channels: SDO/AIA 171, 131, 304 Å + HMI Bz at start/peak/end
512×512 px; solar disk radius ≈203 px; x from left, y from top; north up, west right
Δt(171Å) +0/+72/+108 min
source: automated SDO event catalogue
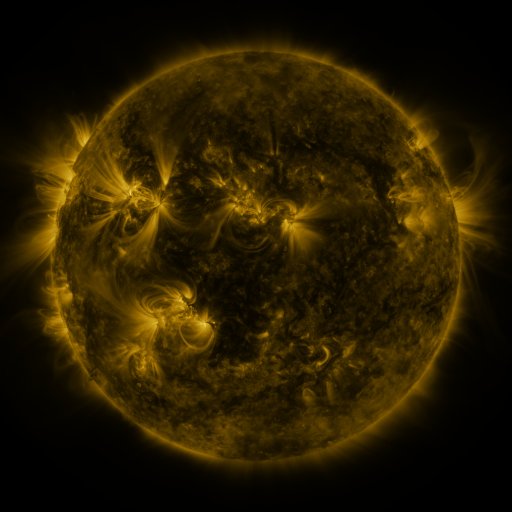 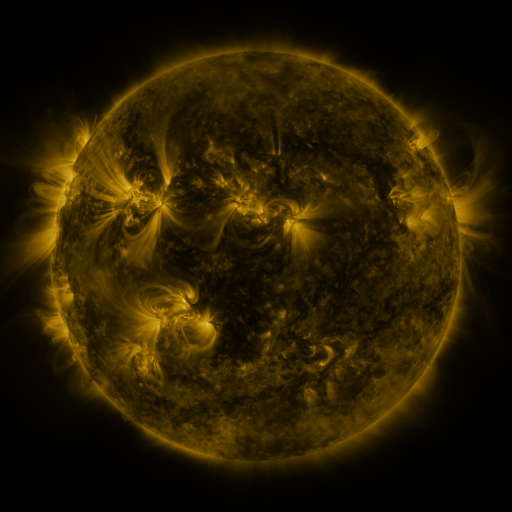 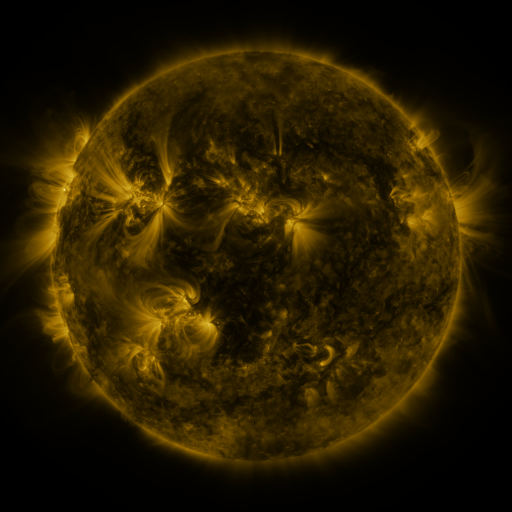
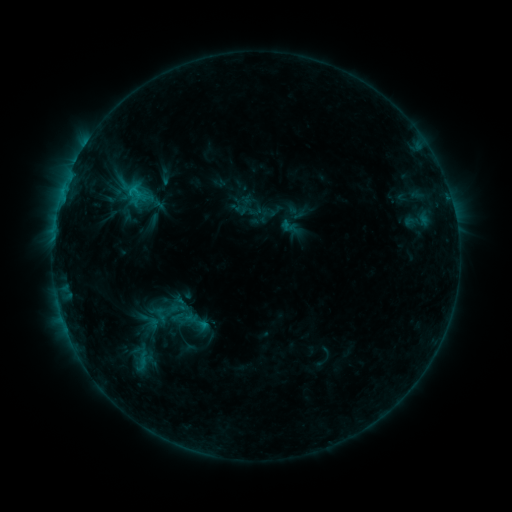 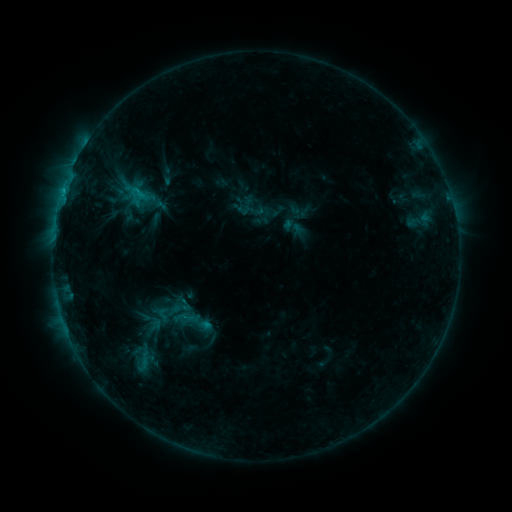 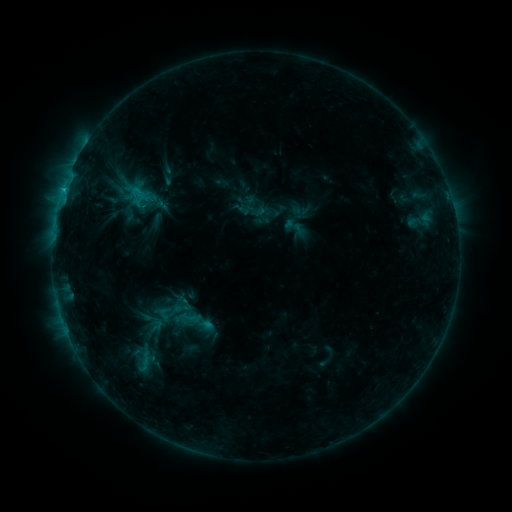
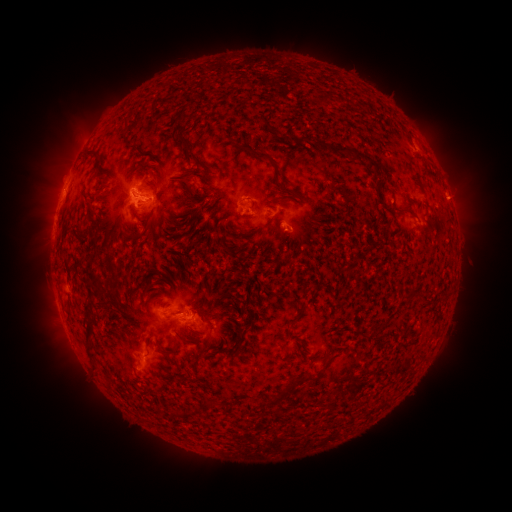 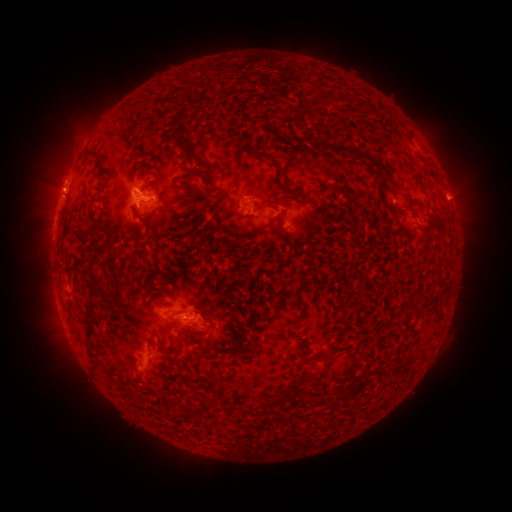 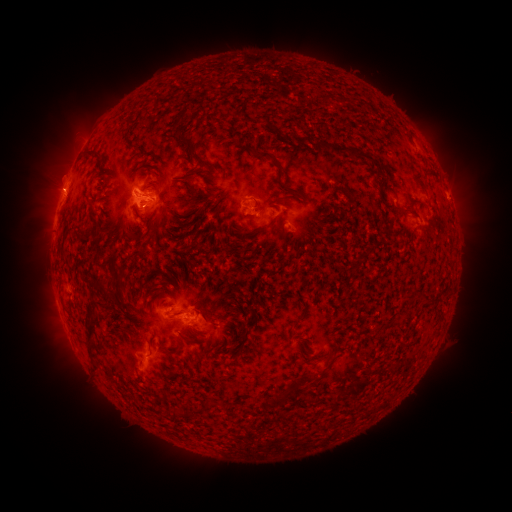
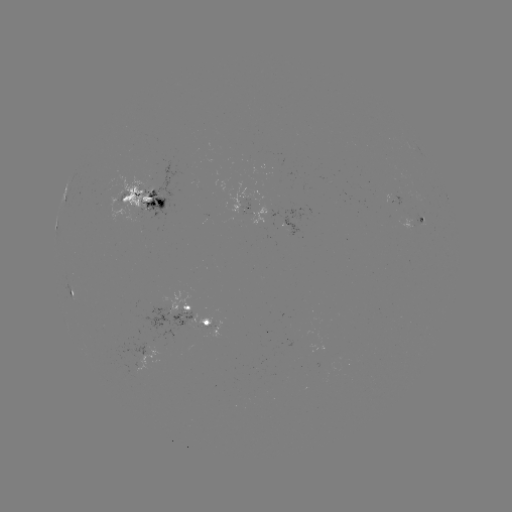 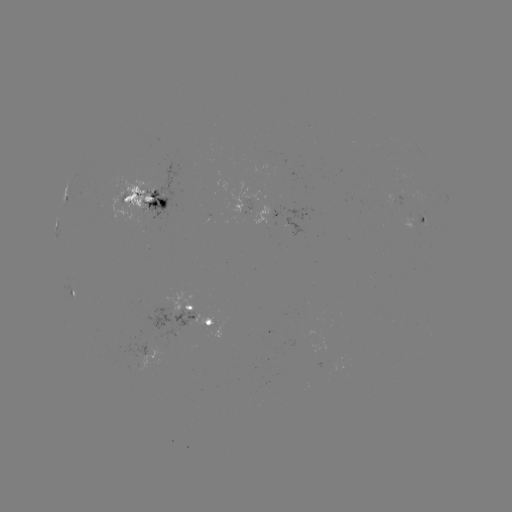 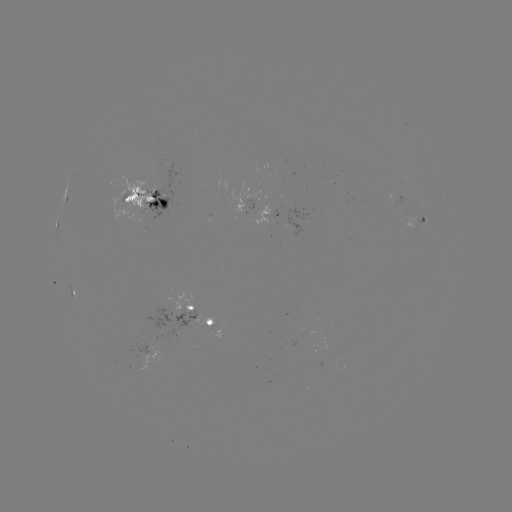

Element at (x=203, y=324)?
emerging-flux region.